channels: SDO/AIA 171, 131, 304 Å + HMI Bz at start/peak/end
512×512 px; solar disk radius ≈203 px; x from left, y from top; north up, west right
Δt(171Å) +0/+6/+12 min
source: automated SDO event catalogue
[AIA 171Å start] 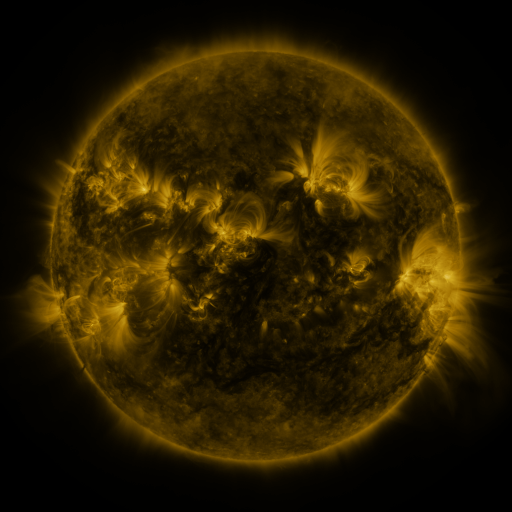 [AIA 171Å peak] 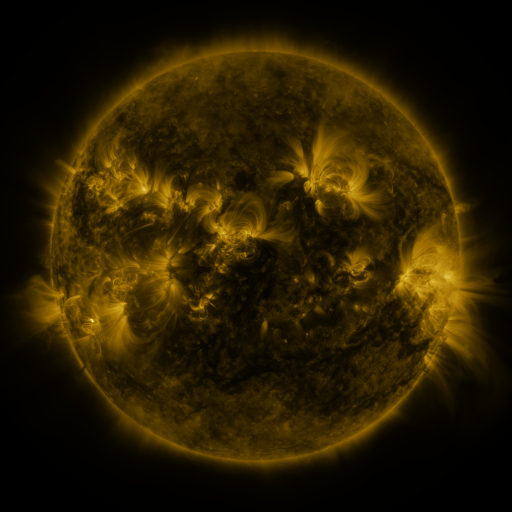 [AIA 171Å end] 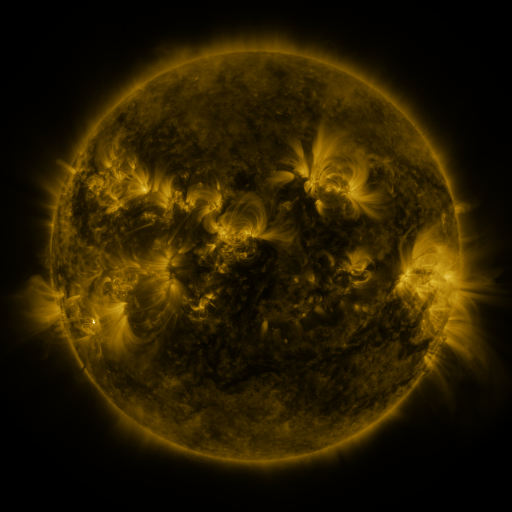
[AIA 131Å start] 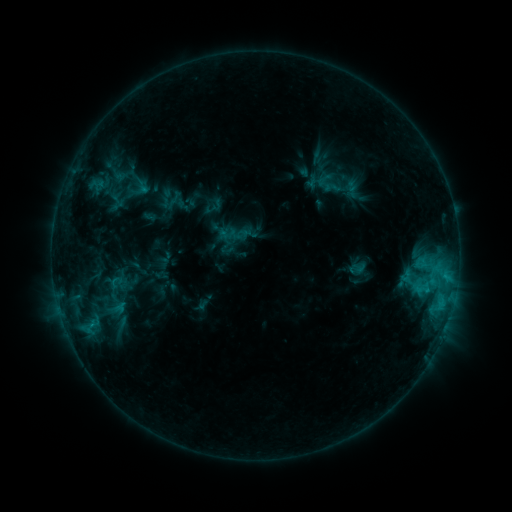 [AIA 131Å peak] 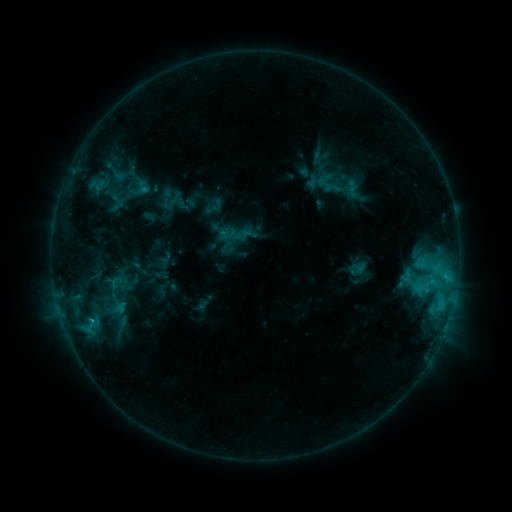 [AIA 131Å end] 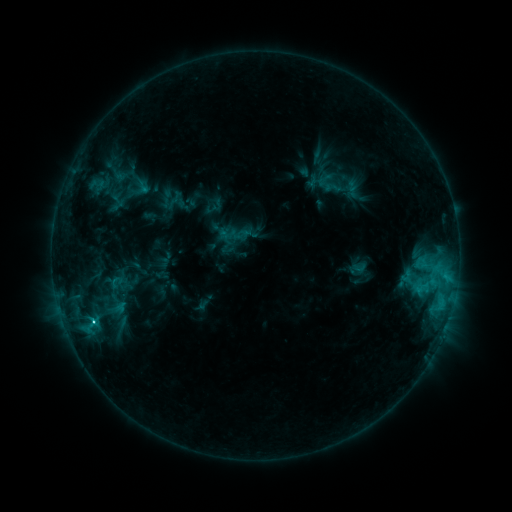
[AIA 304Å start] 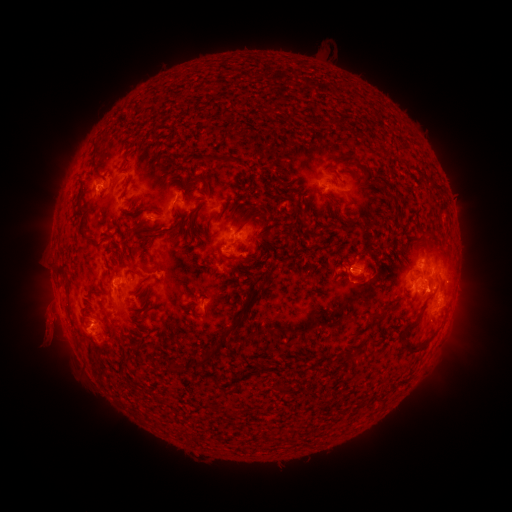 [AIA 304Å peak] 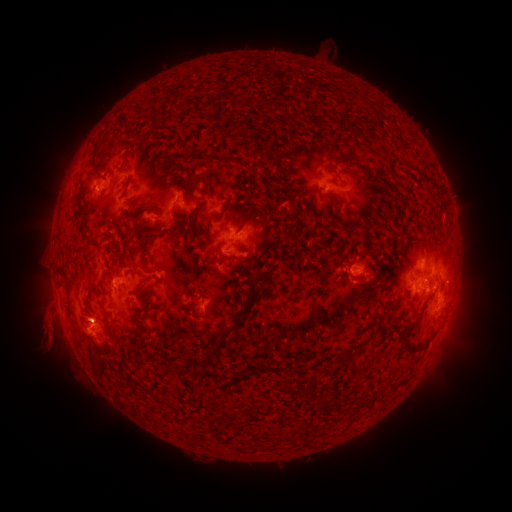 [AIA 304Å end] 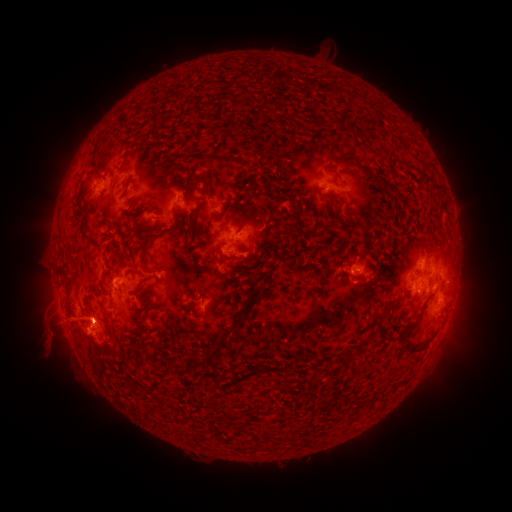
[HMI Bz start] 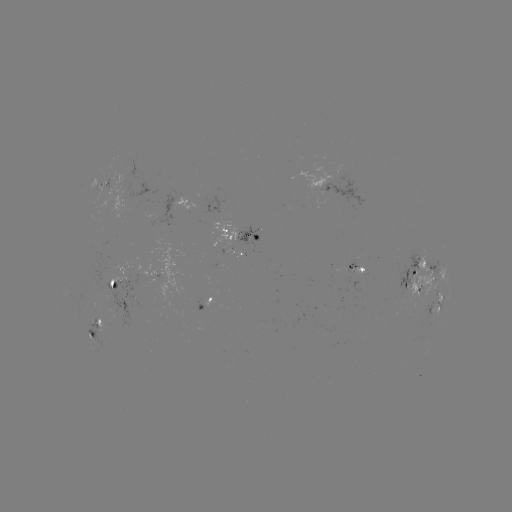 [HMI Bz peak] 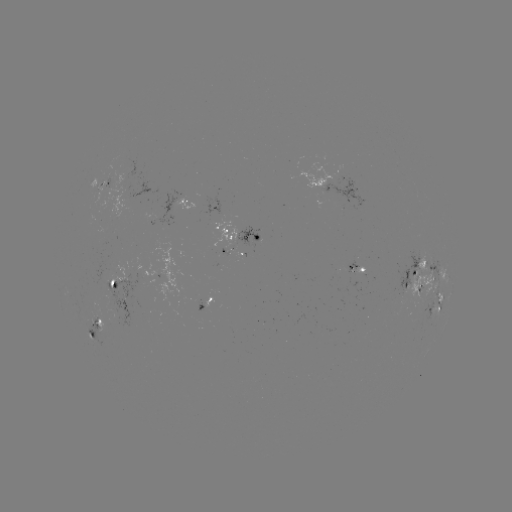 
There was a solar flare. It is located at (92, 319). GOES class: C5.7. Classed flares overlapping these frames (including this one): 1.